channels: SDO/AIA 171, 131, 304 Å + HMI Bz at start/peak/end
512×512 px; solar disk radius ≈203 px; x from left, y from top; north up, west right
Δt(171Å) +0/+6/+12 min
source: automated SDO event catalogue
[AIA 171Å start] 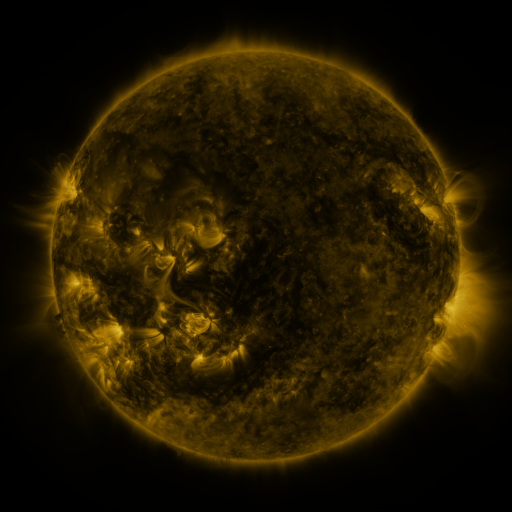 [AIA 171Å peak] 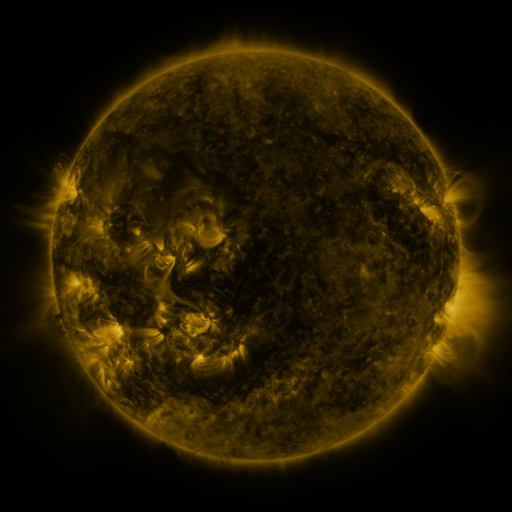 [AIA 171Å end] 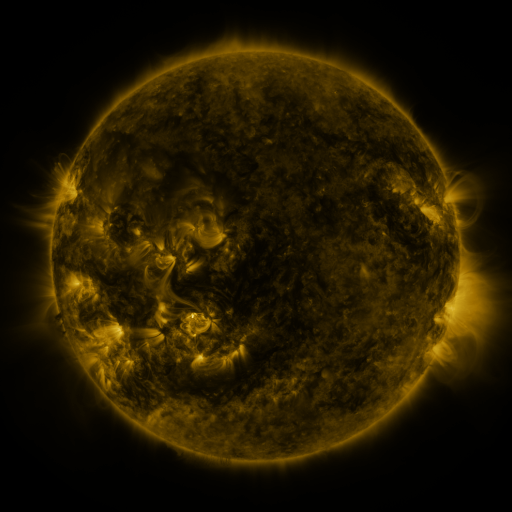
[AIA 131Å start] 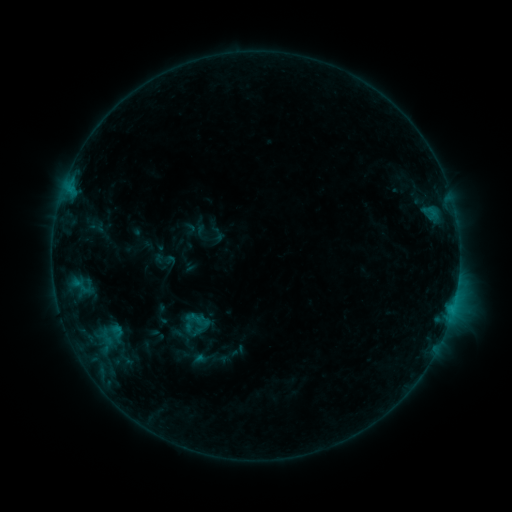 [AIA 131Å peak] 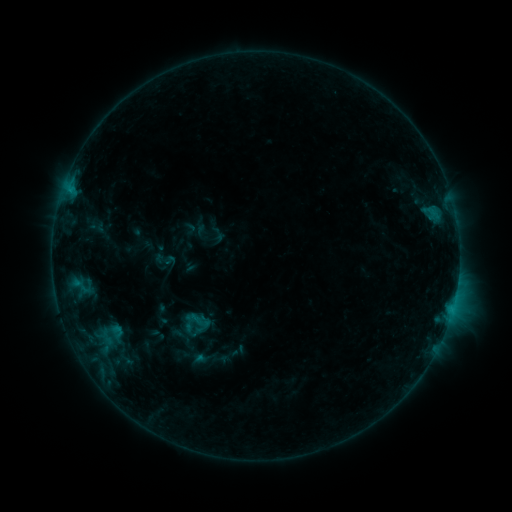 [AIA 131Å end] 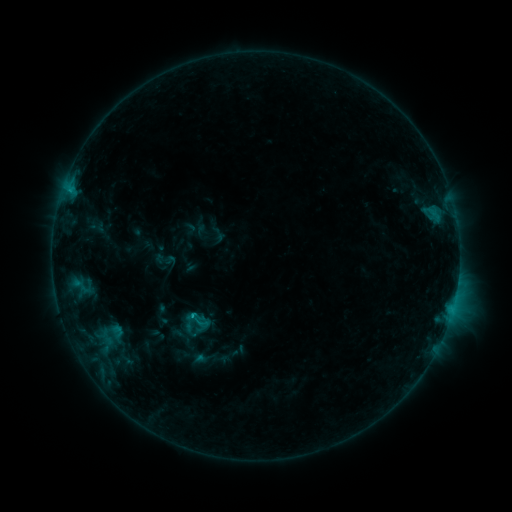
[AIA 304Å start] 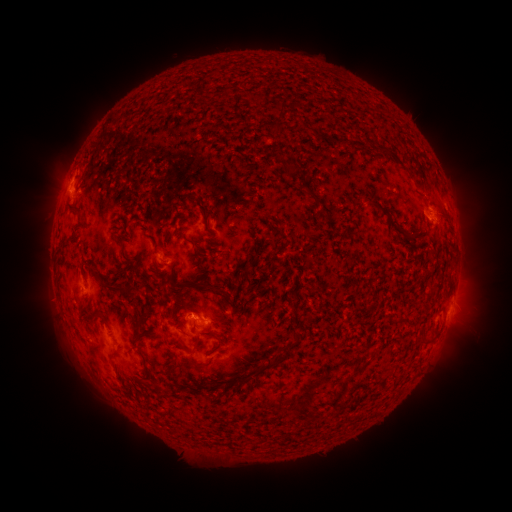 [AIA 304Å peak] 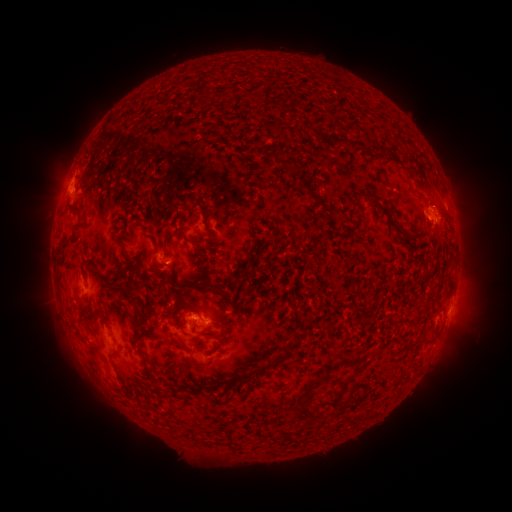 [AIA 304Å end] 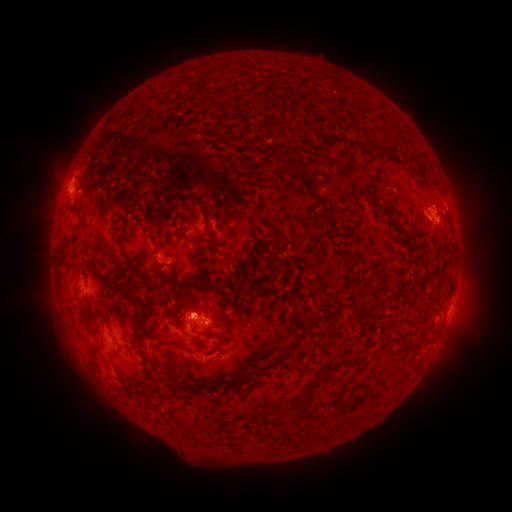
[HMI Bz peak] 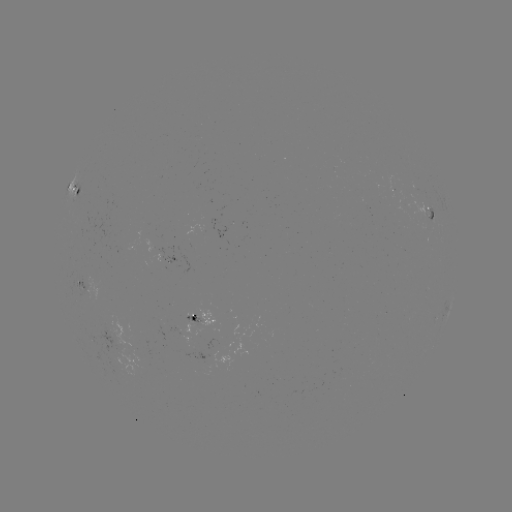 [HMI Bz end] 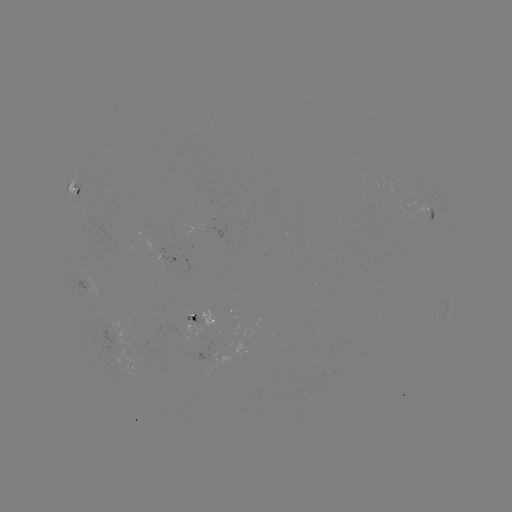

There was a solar eruption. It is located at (449, 210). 